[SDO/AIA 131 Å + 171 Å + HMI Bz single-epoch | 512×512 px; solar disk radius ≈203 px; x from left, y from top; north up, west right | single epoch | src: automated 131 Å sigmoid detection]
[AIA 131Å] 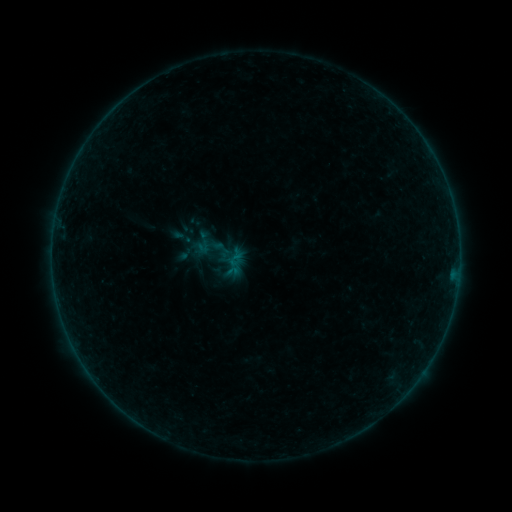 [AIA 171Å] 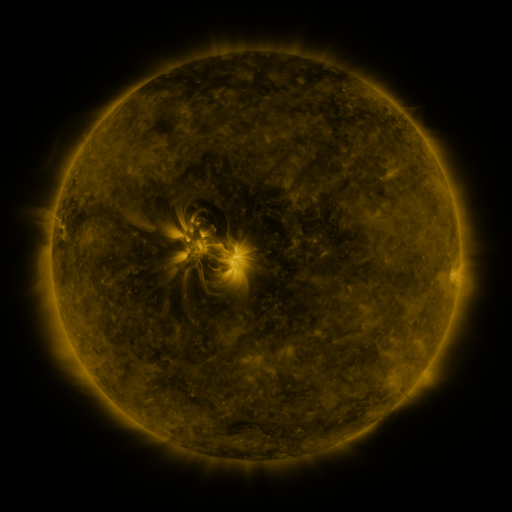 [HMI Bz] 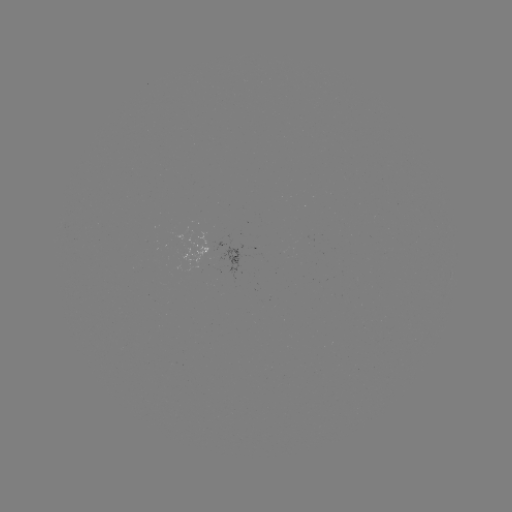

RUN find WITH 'sigmoid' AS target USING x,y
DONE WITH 222,248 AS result